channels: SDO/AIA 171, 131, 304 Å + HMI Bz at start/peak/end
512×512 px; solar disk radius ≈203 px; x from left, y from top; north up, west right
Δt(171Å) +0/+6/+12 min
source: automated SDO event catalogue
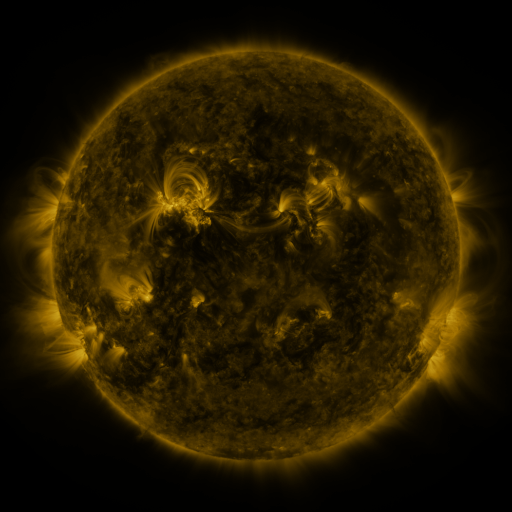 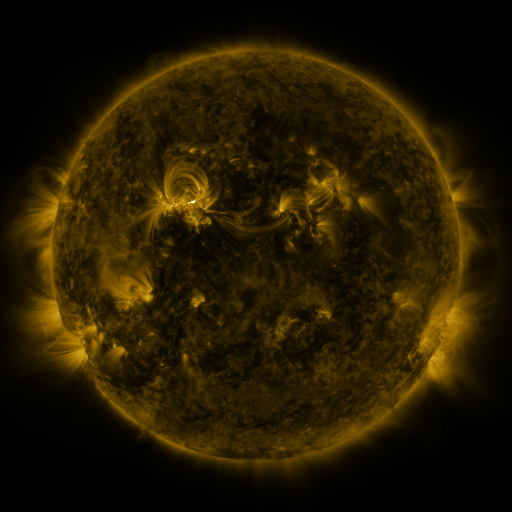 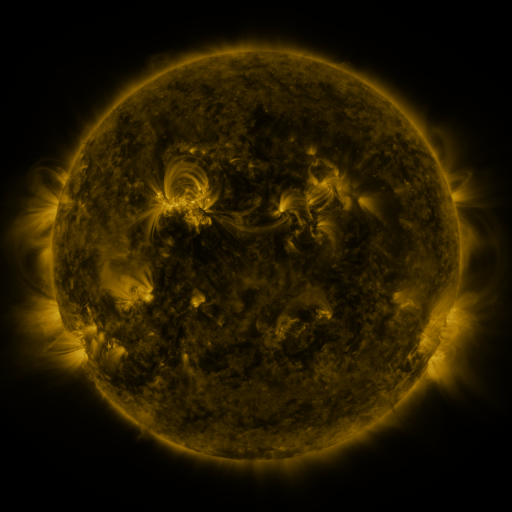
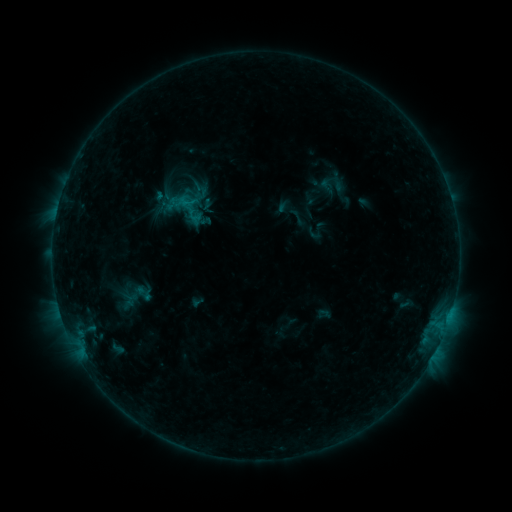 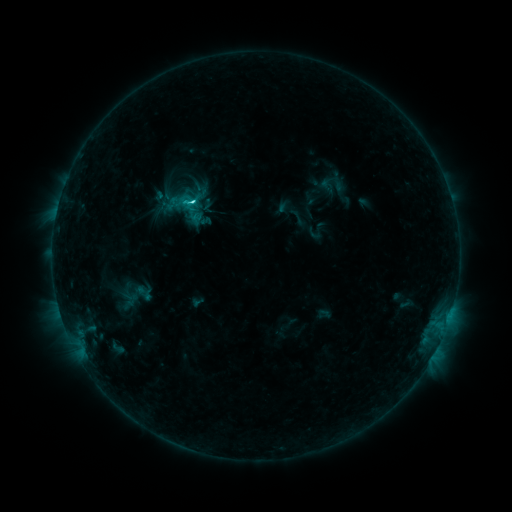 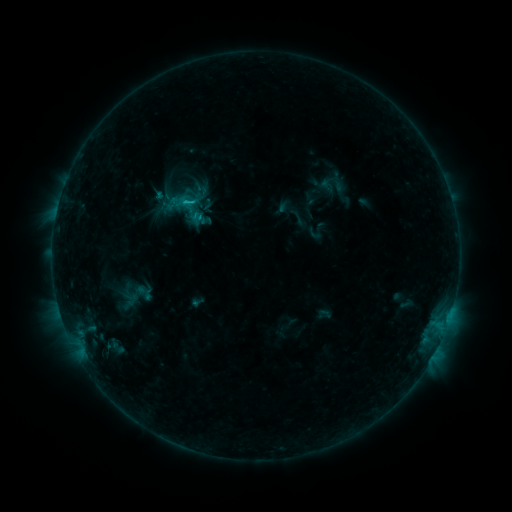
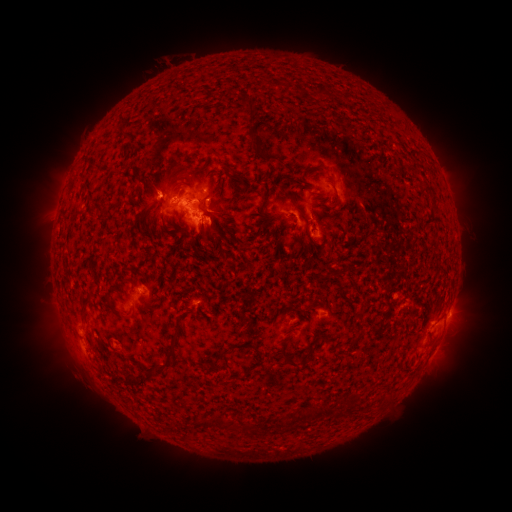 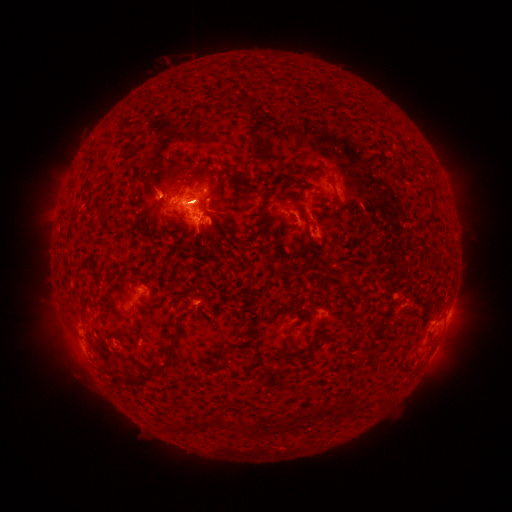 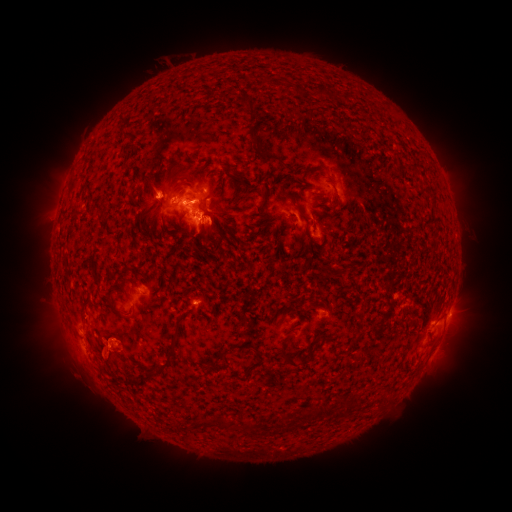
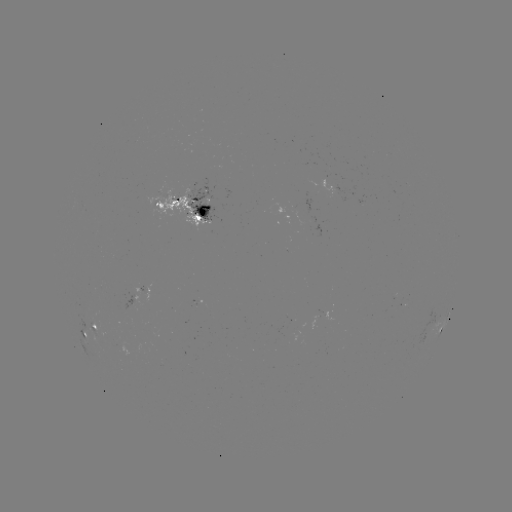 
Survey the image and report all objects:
C2.4 flare: (187, 203)
